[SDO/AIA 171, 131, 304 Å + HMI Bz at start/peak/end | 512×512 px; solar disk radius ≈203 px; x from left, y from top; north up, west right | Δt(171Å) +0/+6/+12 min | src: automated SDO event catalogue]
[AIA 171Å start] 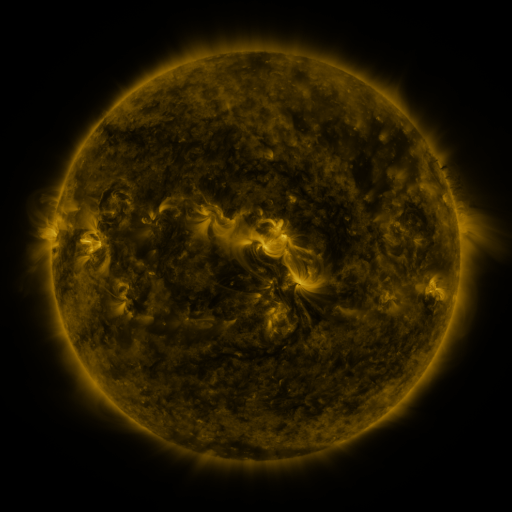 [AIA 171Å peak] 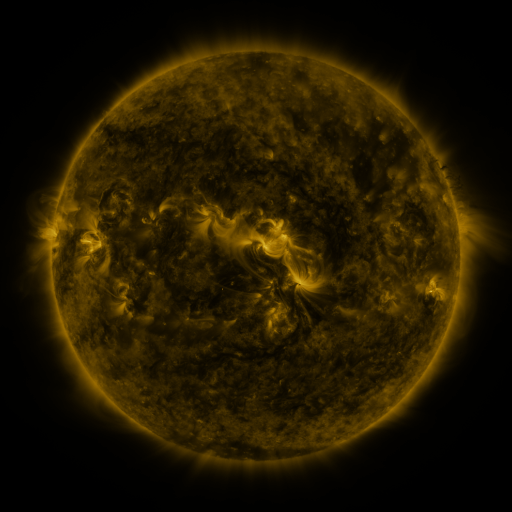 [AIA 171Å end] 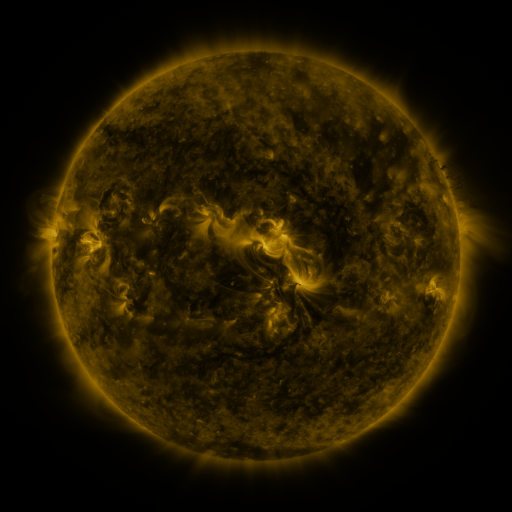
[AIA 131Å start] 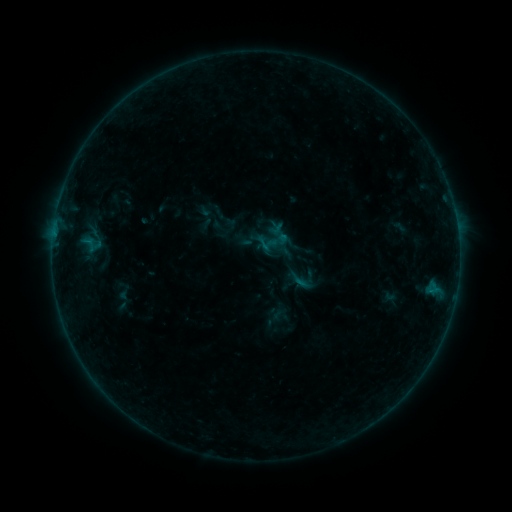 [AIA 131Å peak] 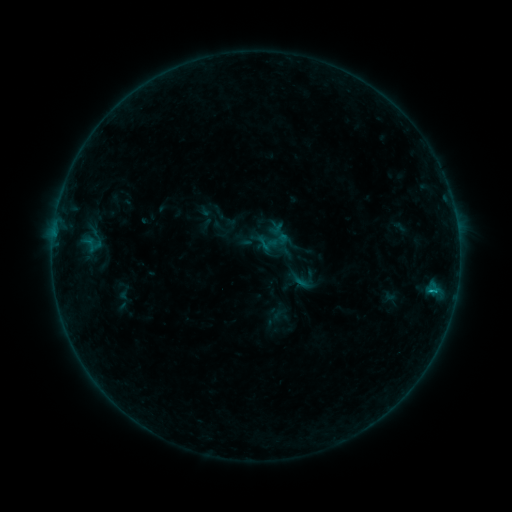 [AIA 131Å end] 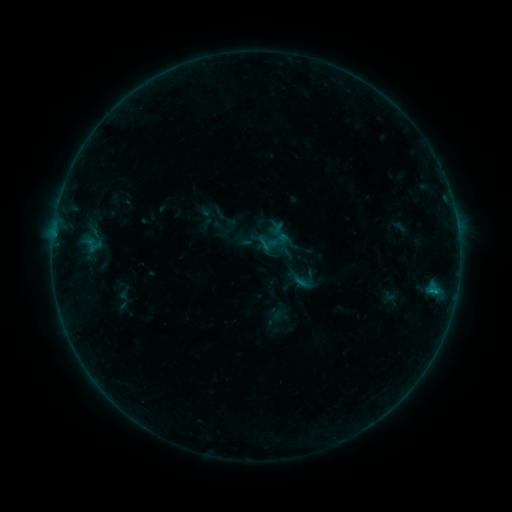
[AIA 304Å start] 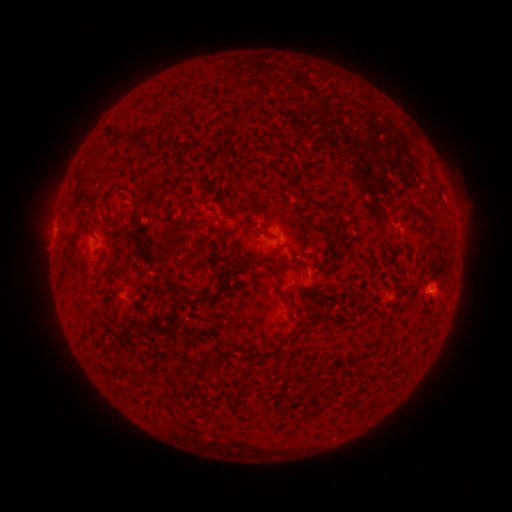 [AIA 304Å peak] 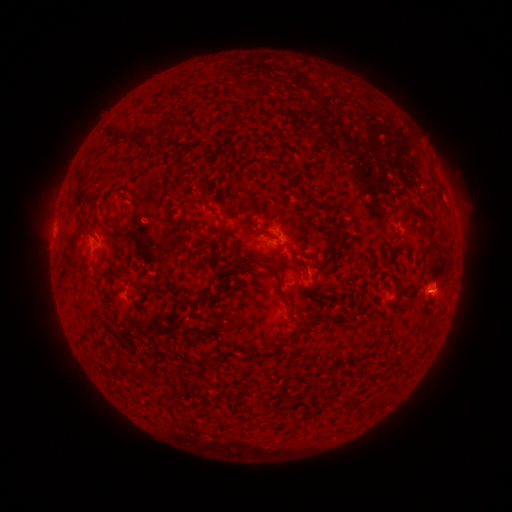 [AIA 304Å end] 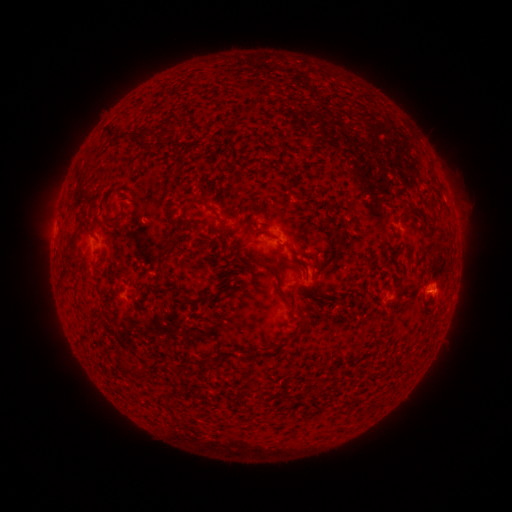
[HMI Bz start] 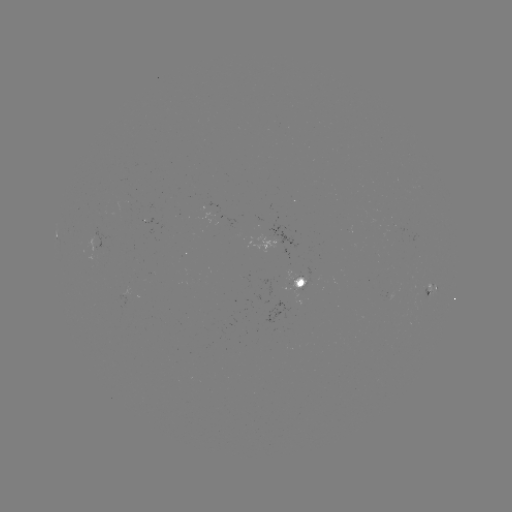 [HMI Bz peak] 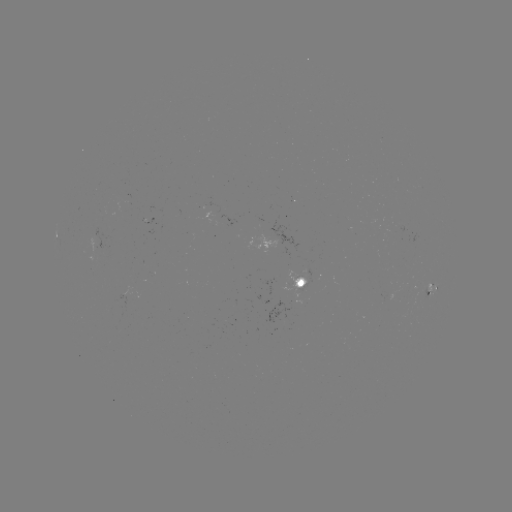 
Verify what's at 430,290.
B3.4 flare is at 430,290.